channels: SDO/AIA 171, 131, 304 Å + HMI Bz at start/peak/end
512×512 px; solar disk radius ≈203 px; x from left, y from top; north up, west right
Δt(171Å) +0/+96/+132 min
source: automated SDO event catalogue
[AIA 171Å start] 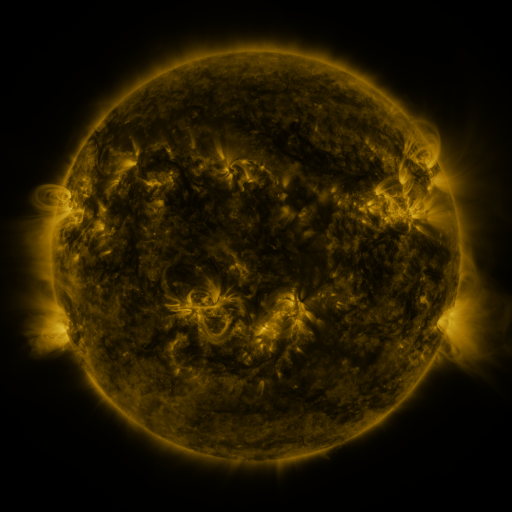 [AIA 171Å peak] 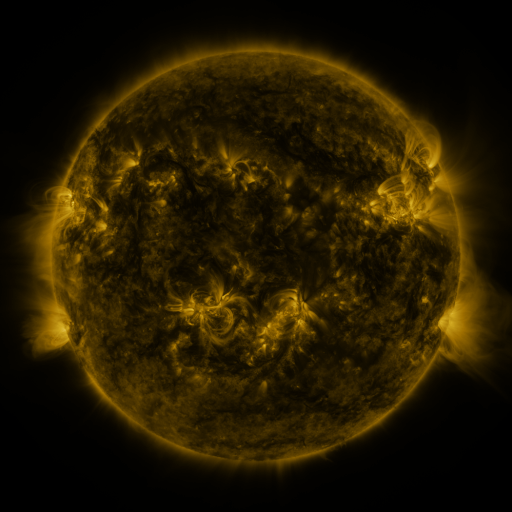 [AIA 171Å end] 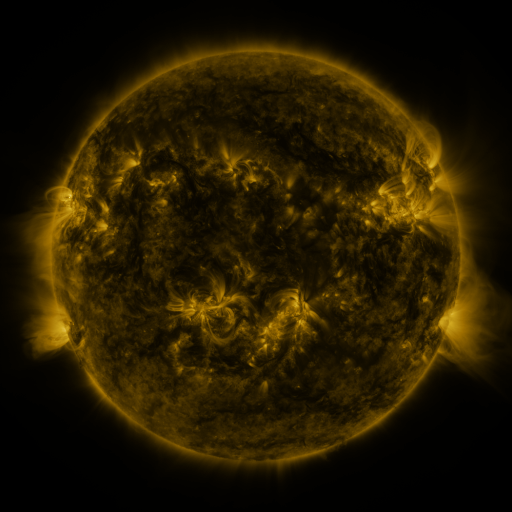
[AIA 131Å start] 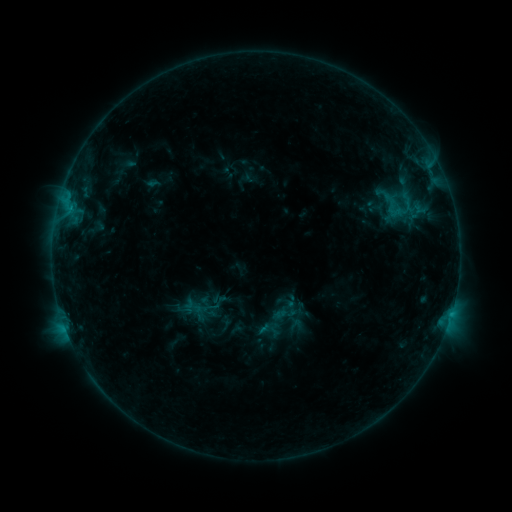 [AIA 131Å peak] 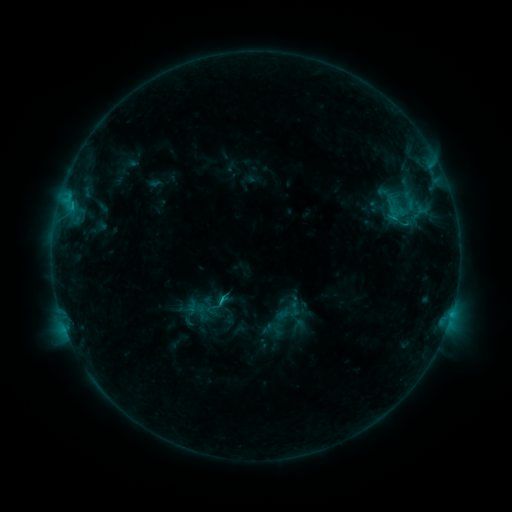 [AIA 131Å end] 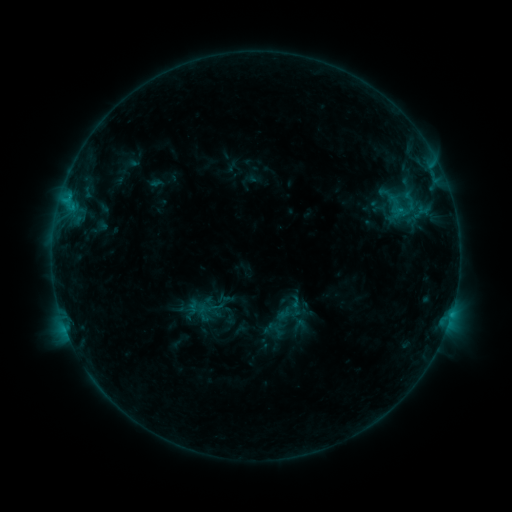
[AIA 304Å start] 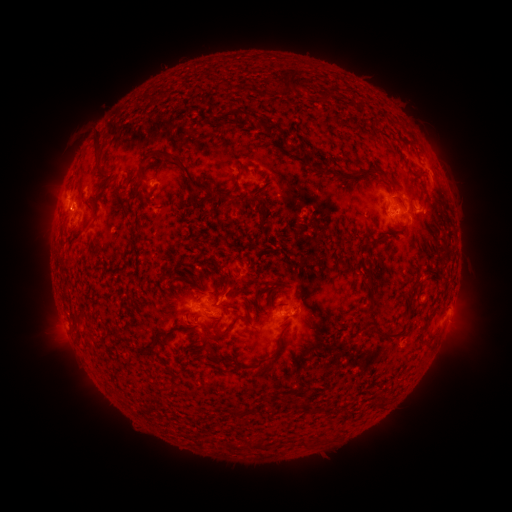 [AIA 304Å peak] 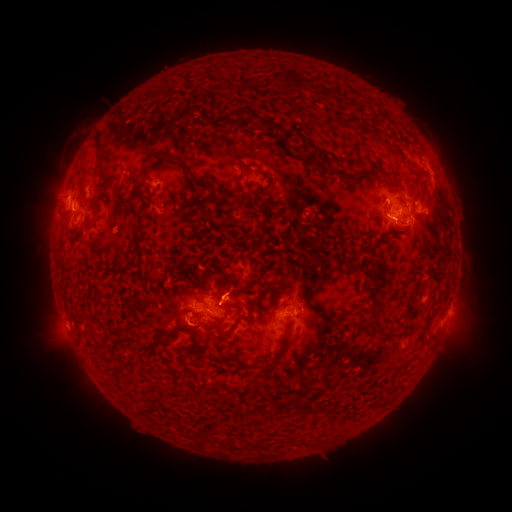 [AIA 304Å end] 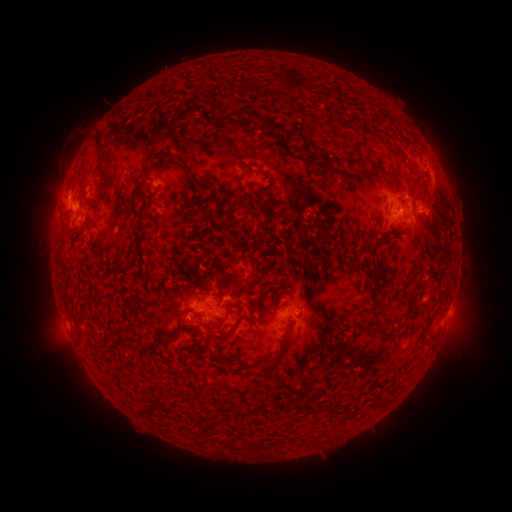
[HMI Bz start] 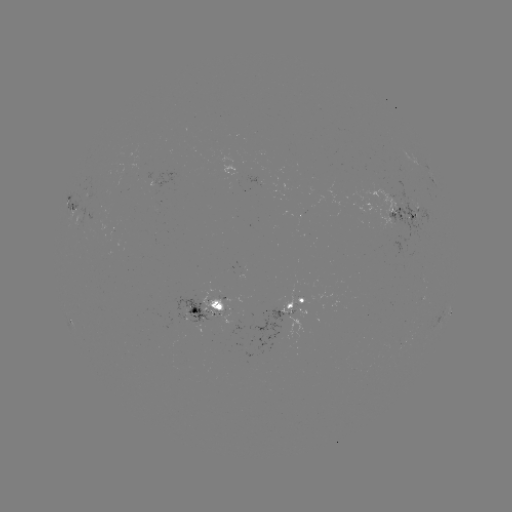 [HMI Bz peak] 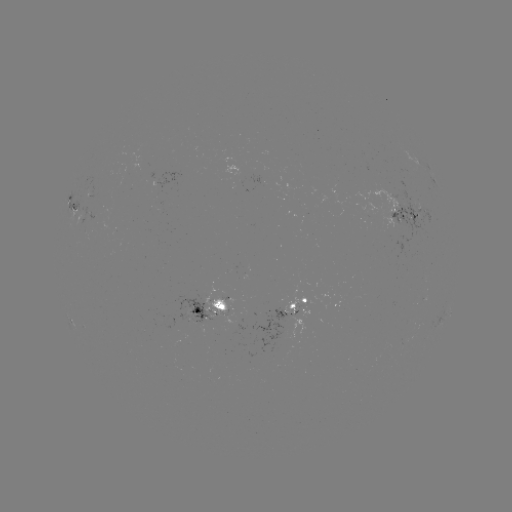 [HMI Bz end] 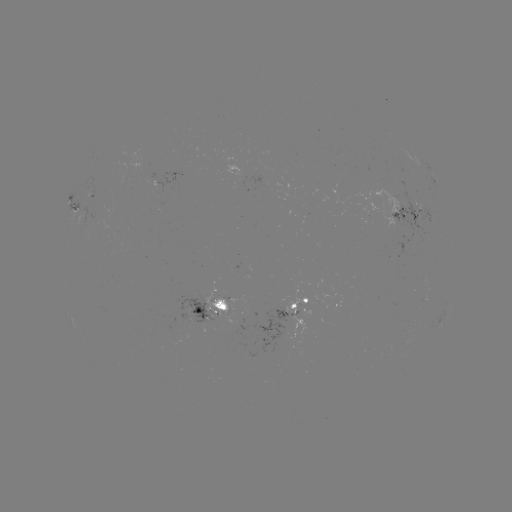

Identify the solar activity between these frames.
emerging-flux region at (140, 160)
